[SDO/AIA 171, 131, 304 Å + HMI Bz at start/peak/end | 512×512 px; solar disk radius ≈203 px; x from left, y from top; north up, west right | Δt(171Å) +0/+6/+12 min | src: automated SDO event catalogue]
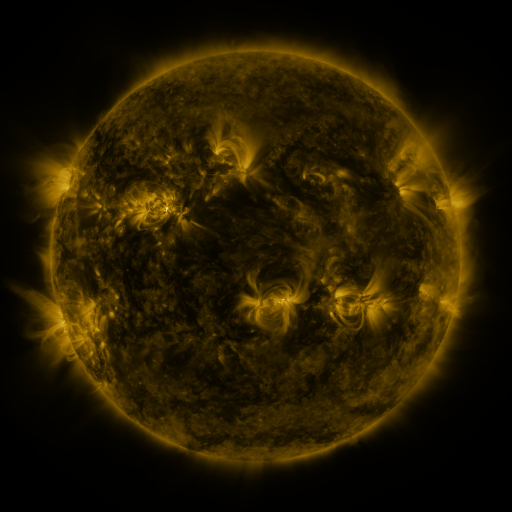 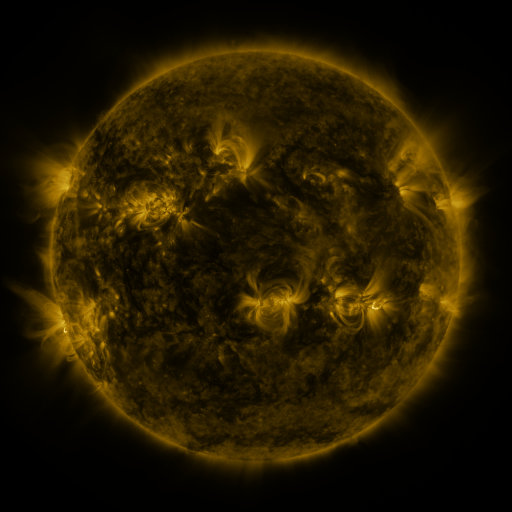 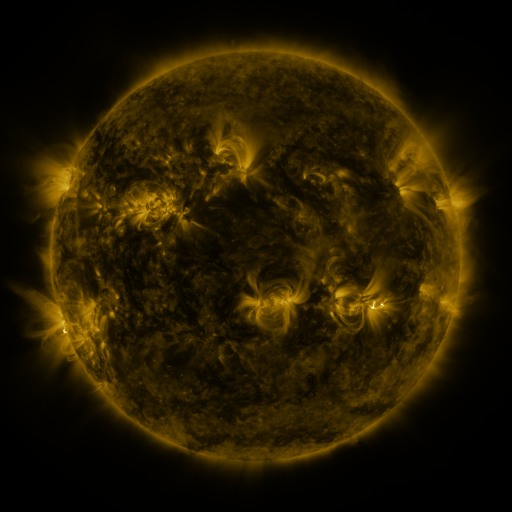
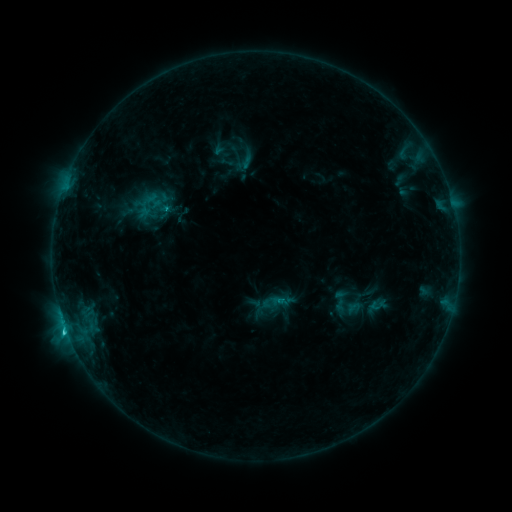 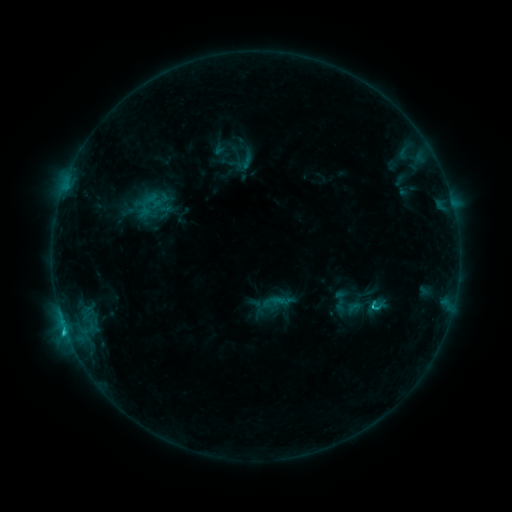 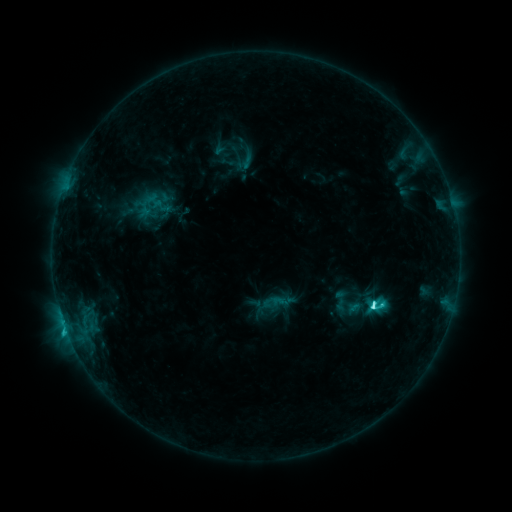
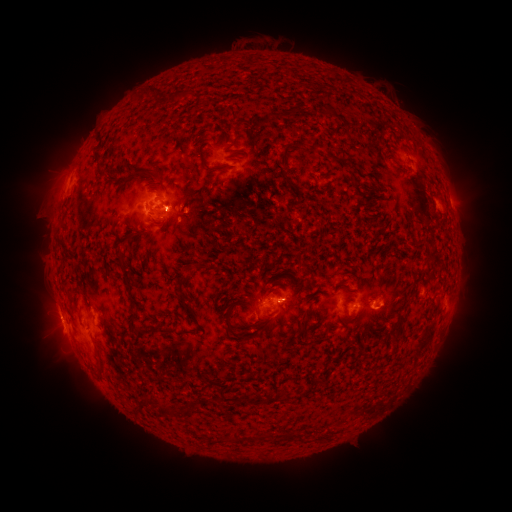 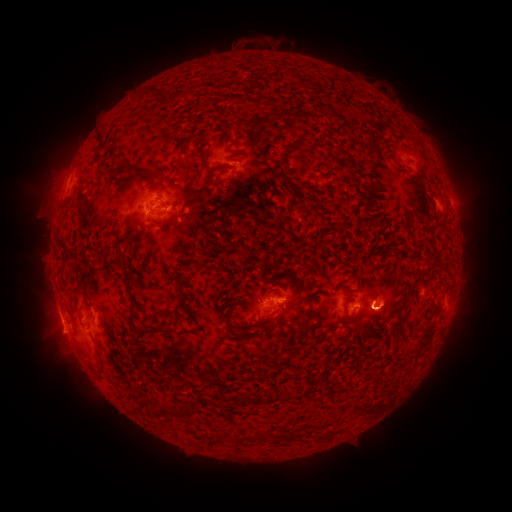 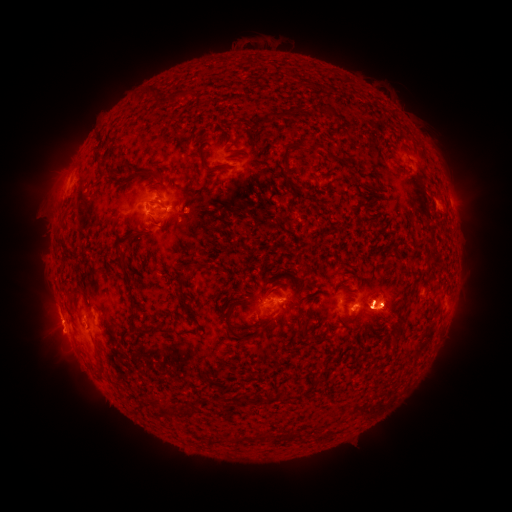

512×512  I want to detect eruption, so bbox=[342, 259, 424, 349].